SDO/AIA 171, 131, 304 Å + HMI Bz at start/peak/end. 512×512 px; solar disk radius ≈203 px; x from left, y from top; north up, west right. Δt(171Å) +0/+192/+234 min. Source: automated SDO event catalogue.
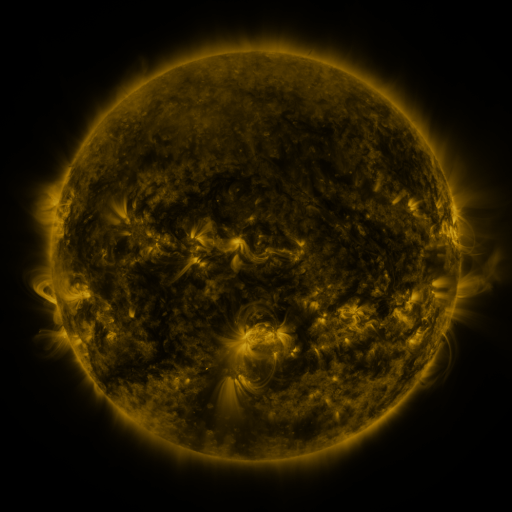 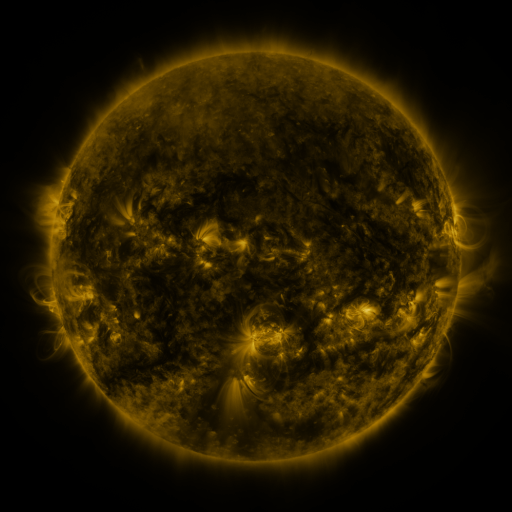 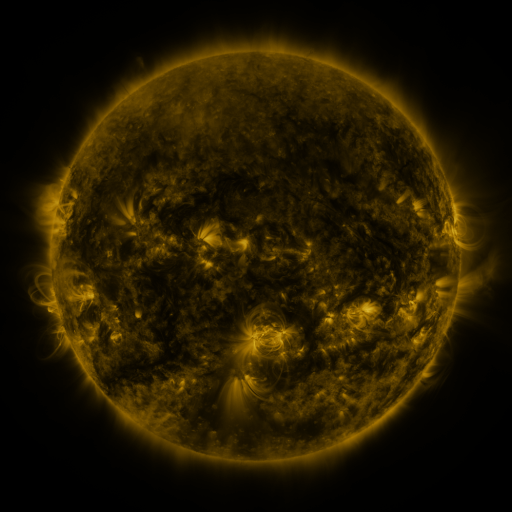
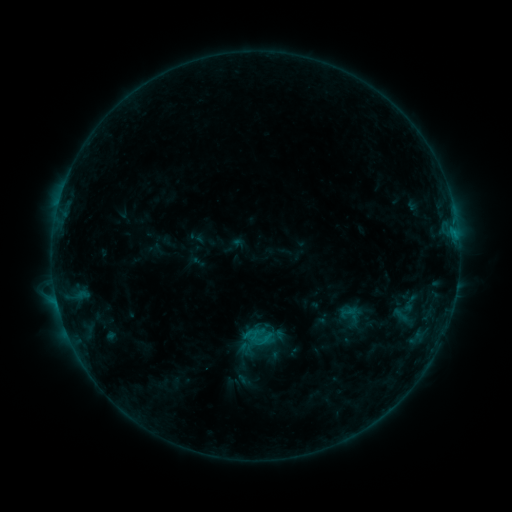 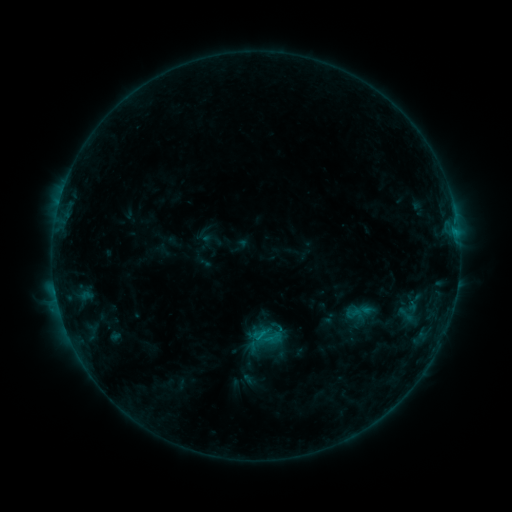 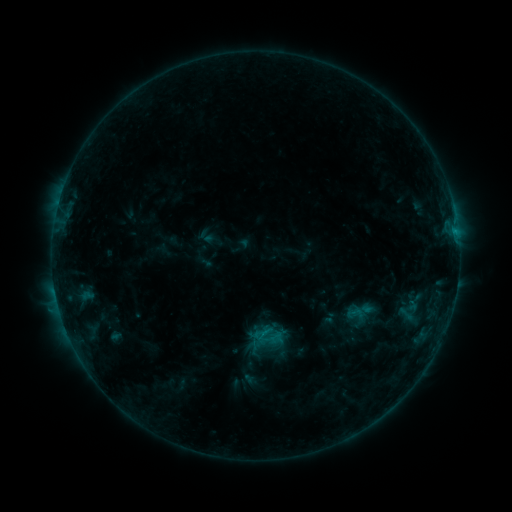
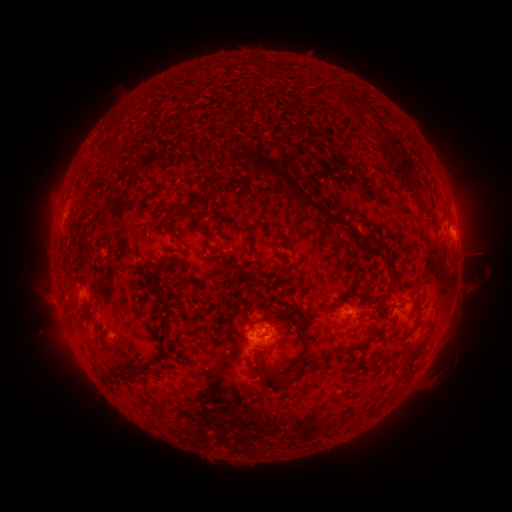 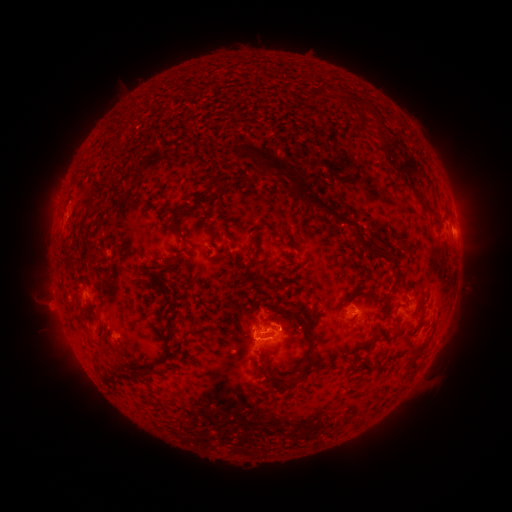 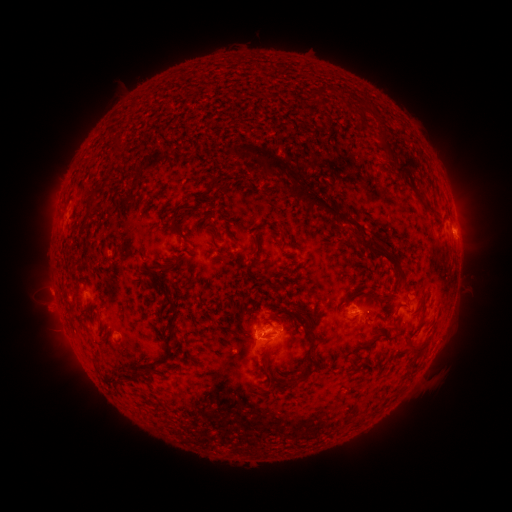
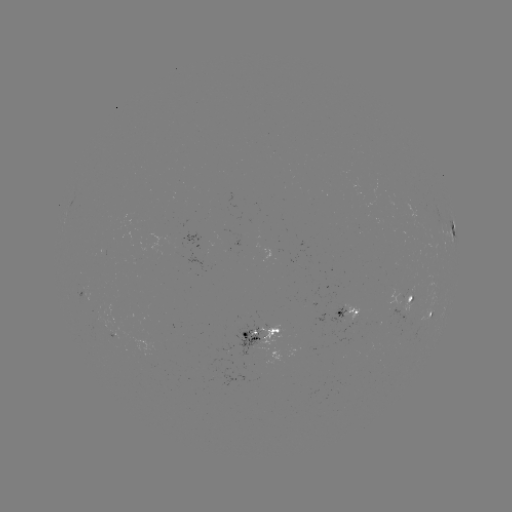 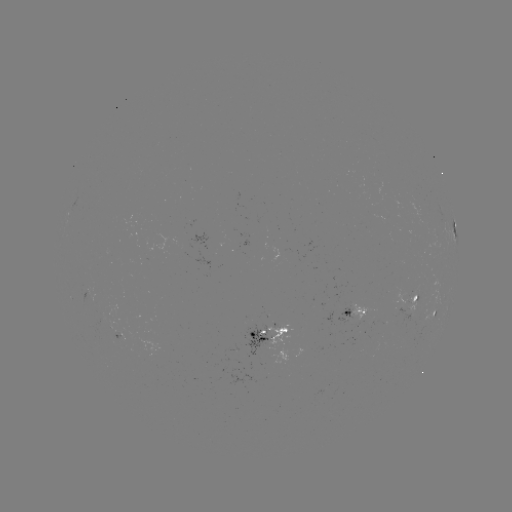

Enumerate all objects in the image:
emerging-flux region: (412, 296)
